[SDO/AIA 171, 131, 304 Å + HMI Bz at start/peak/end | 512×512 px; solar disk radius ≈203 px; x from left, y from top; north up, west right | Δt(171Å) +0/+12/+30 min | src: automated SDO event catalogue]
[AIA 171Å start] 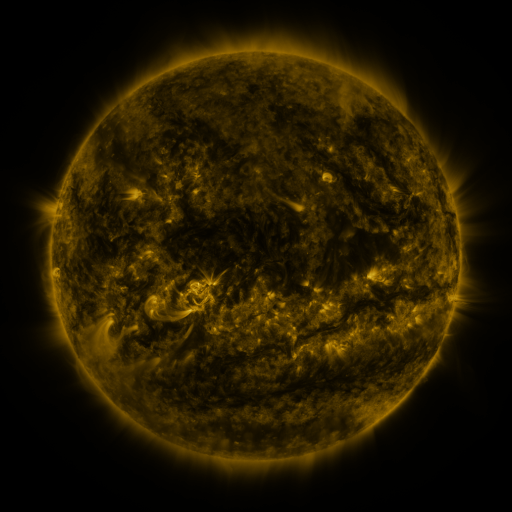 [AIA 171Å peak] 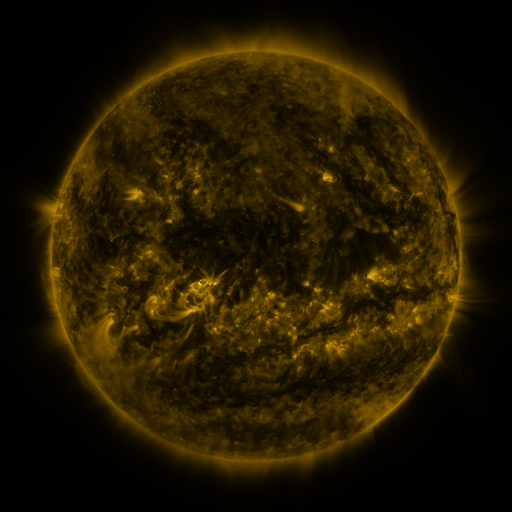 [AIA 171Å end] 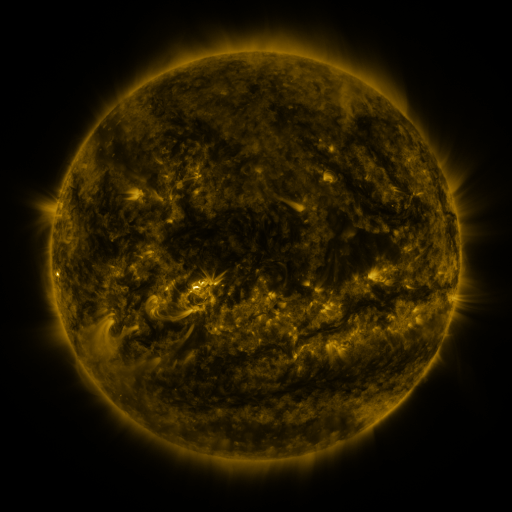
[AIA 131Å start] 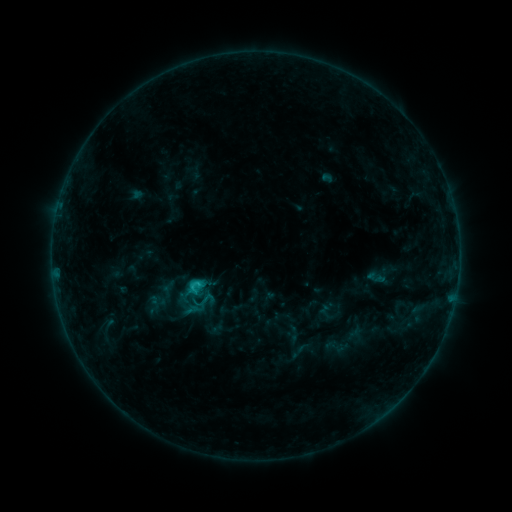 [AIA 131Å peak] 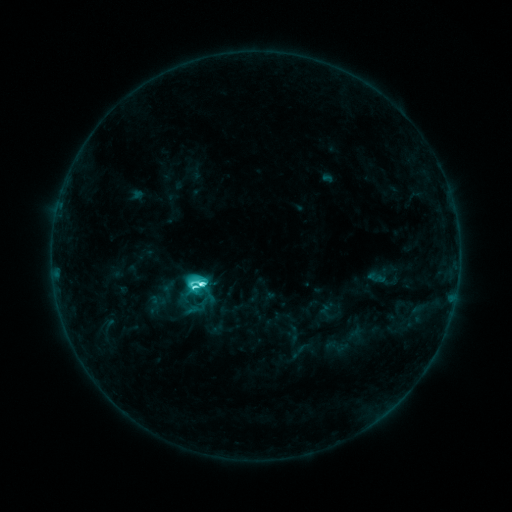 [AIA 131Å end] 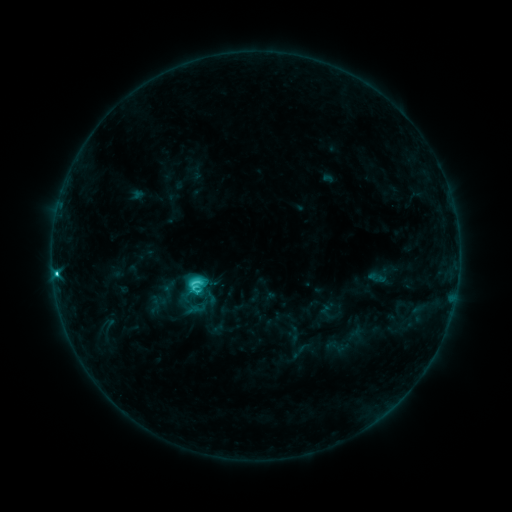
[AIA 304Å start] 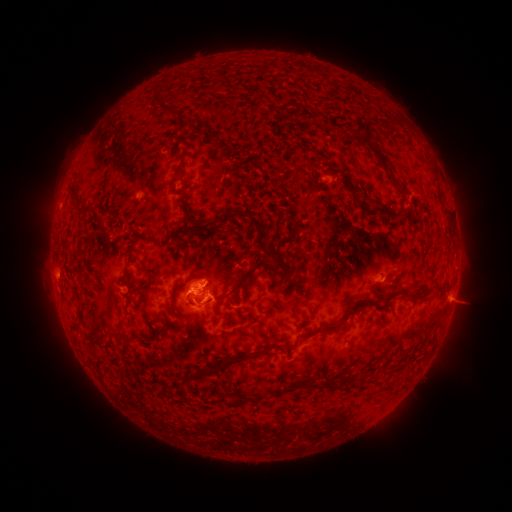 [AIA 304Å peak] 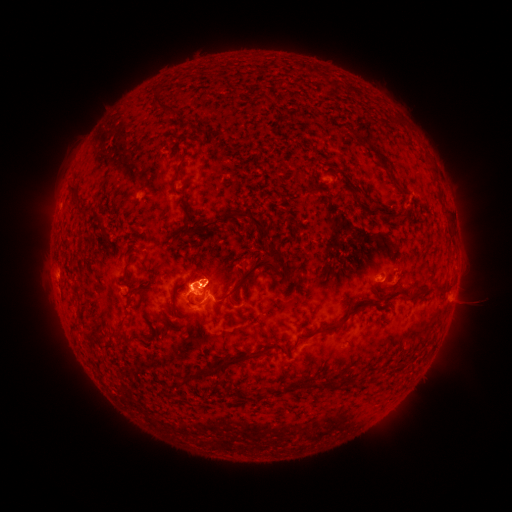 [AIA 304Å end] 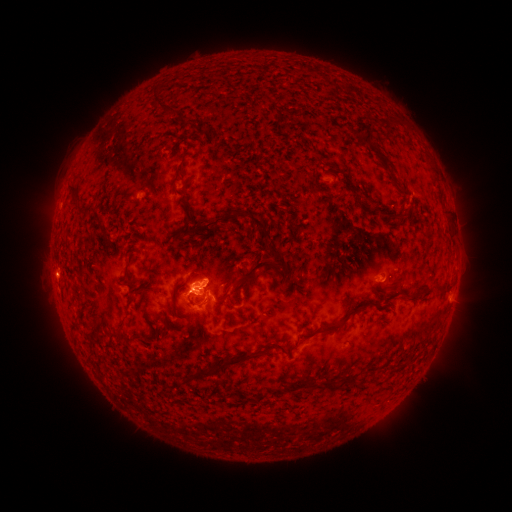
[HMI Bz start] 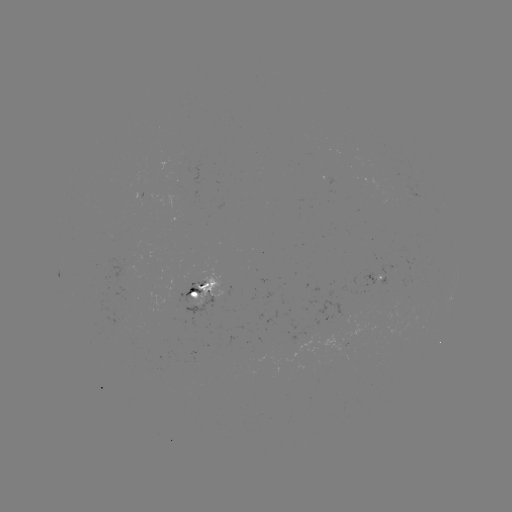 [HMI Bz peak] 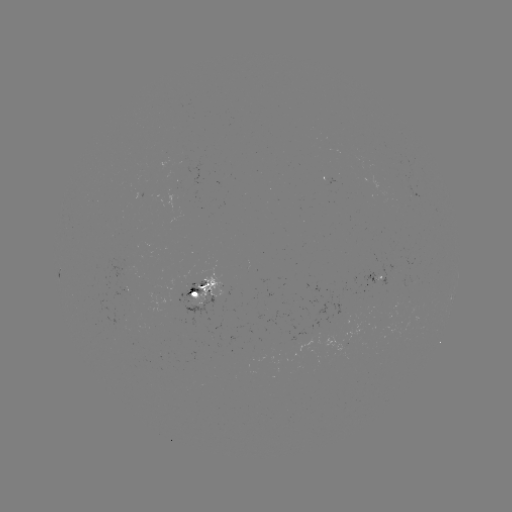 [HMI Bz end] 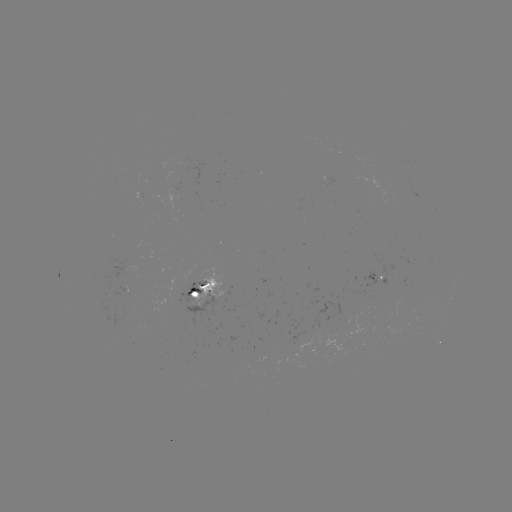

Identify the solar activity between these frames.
C7.8 flare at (201, 284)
